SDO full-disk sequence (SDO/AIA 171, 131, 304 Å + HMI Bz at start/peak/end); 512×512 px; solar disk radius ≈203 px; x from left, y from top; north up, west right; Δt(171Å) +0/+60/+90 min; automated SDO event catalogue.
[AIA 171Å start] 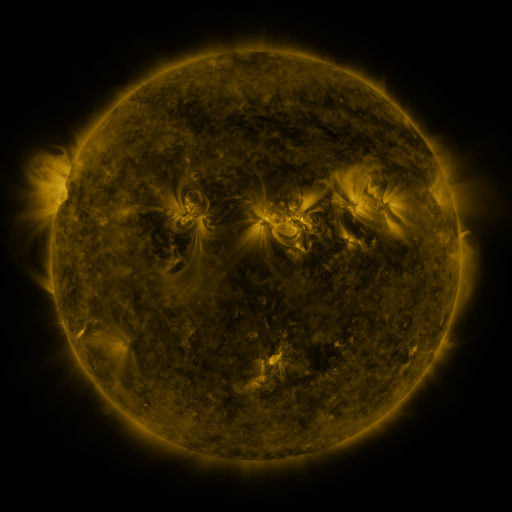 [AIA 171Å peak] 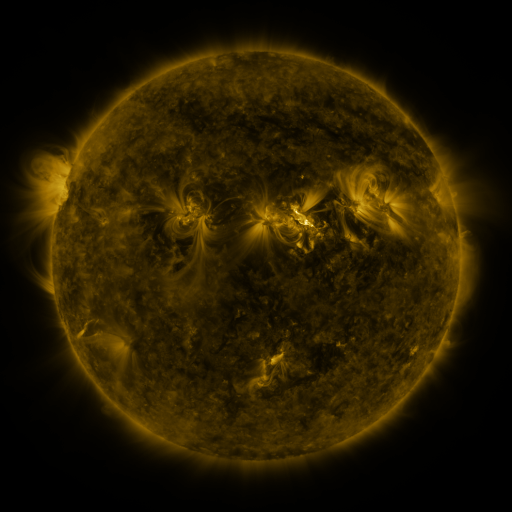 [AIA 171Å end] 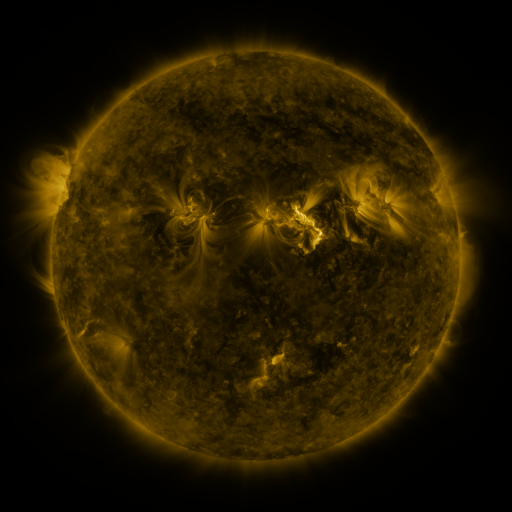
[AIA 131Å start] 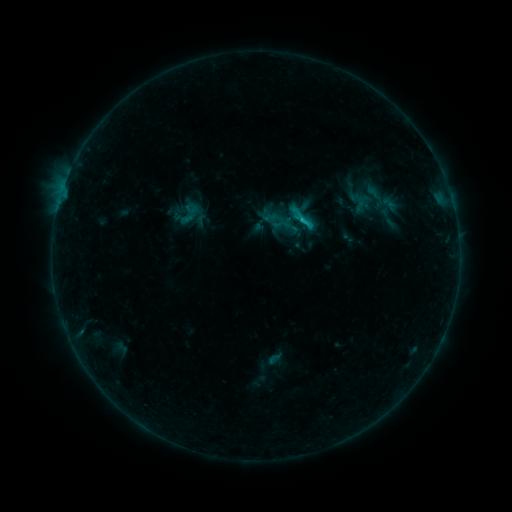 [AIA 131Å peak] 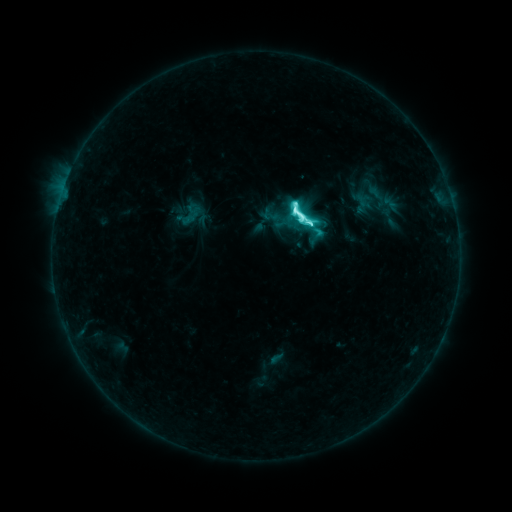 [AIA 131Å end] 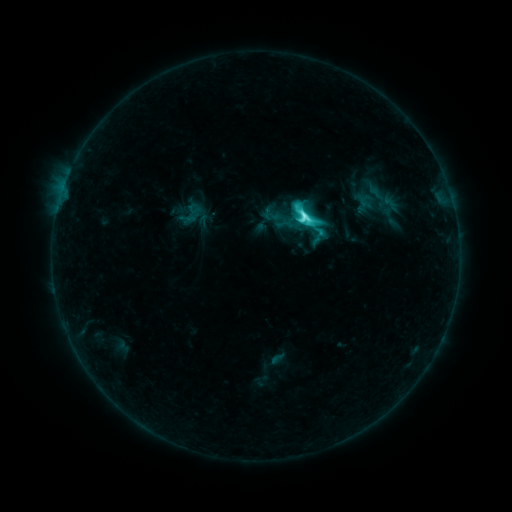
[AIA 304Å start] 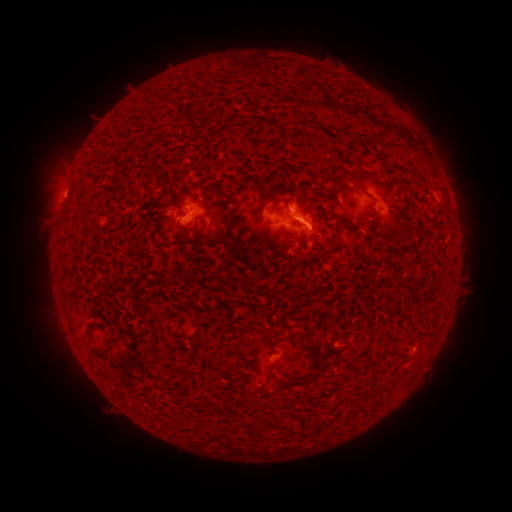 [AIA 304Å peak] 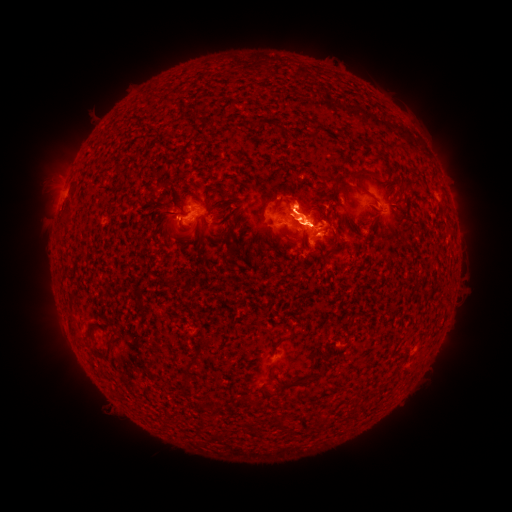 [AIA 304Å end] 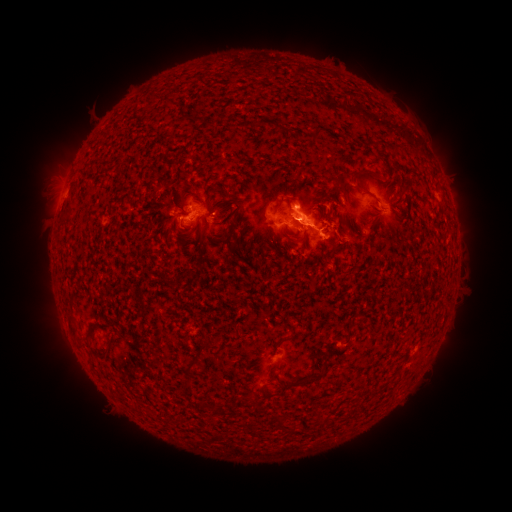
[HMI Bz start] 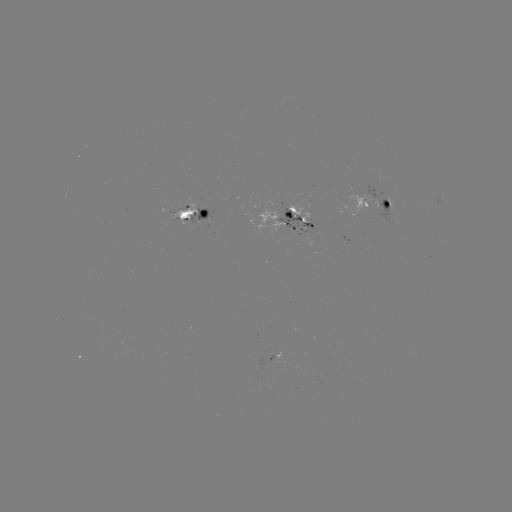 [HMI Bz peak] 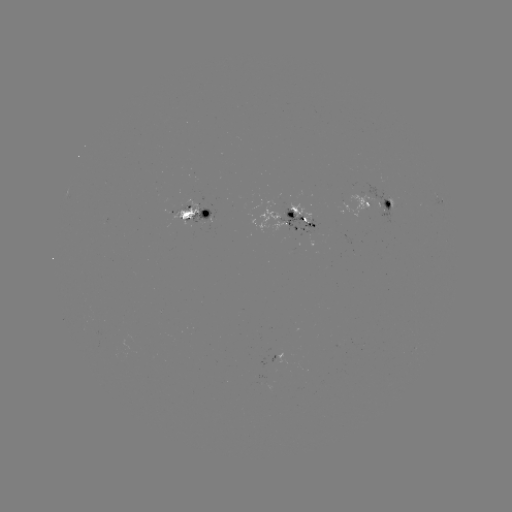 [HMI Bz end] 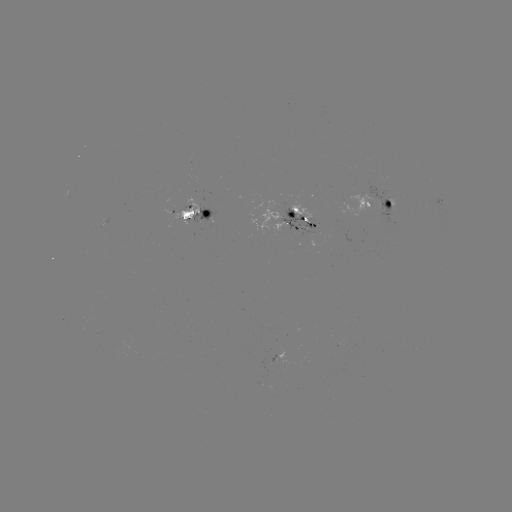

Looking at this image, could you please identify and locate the M1.4 flare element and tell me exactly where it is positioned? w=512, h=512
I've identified M1.4 flare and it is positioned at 296,216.